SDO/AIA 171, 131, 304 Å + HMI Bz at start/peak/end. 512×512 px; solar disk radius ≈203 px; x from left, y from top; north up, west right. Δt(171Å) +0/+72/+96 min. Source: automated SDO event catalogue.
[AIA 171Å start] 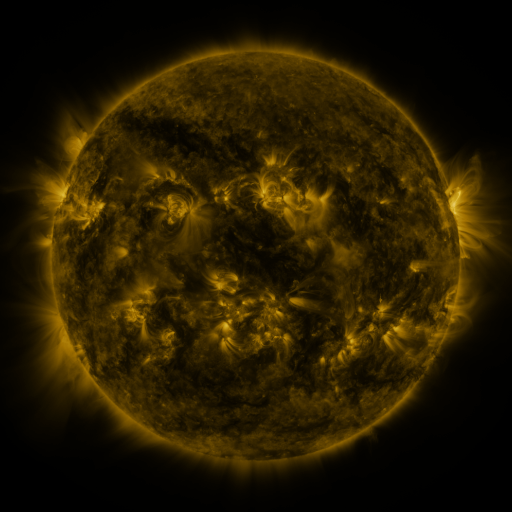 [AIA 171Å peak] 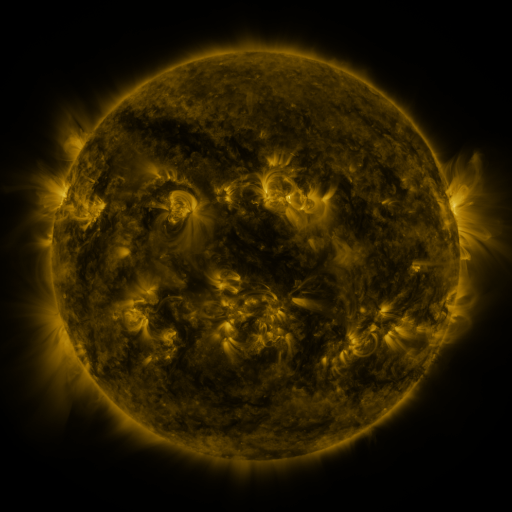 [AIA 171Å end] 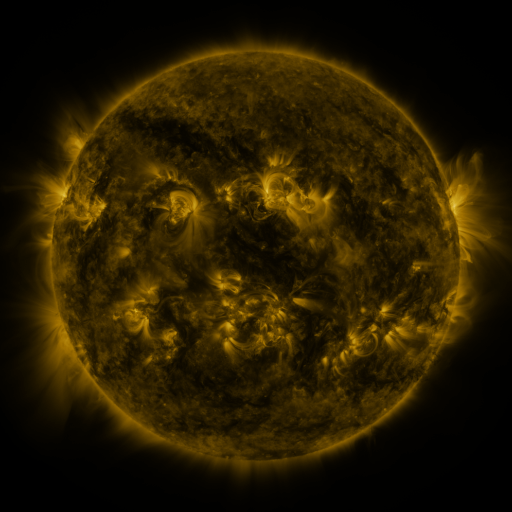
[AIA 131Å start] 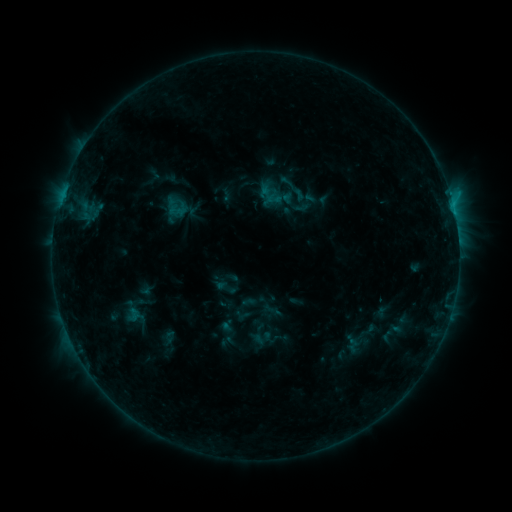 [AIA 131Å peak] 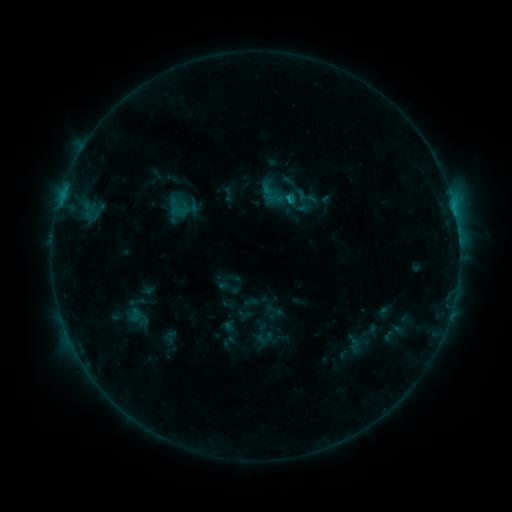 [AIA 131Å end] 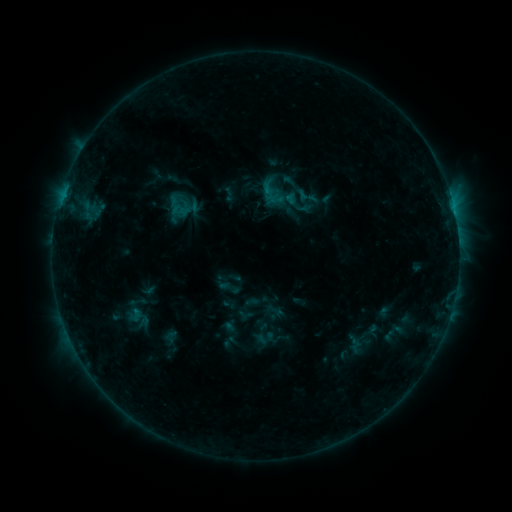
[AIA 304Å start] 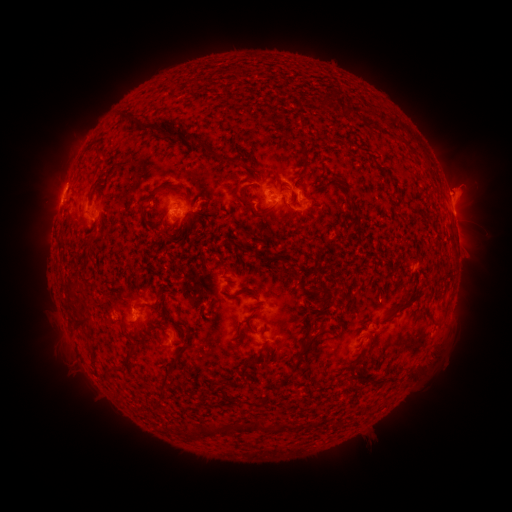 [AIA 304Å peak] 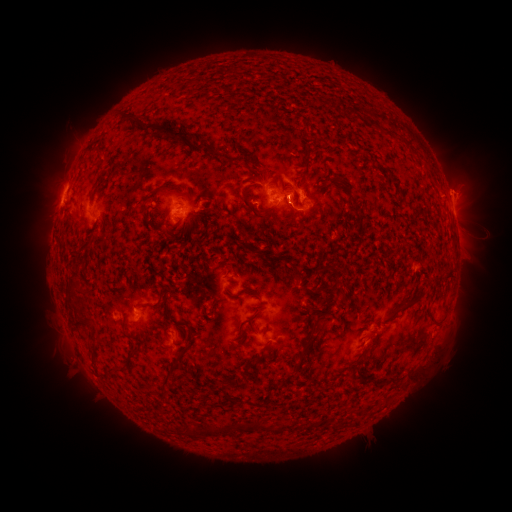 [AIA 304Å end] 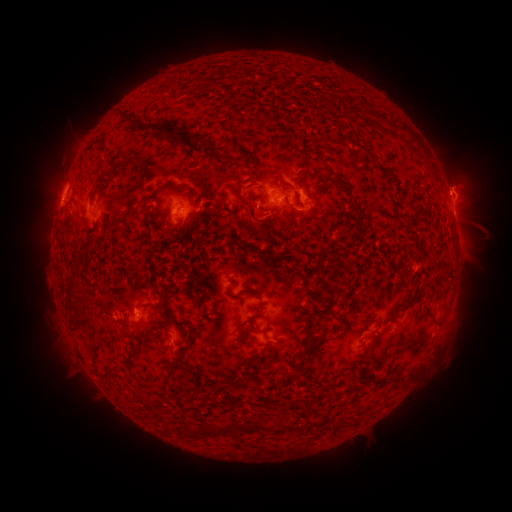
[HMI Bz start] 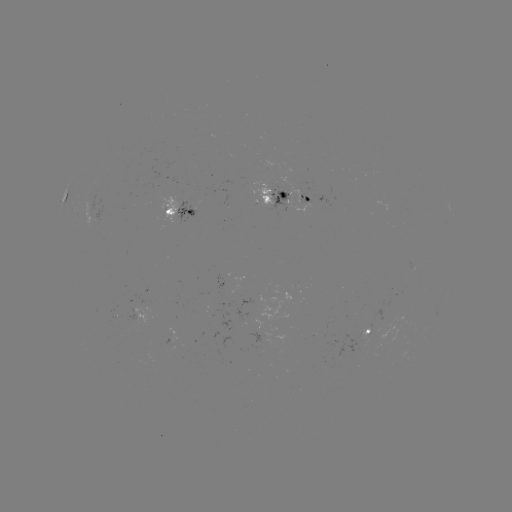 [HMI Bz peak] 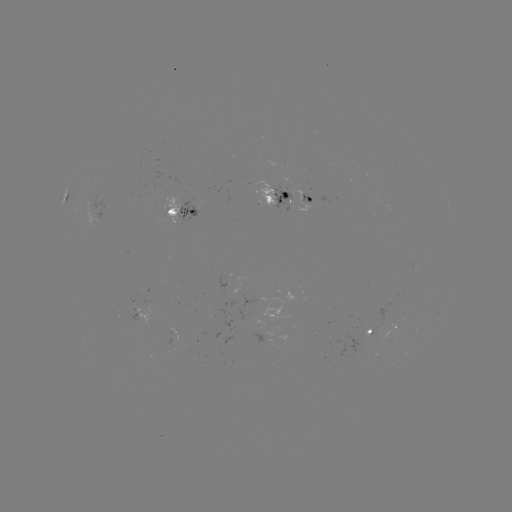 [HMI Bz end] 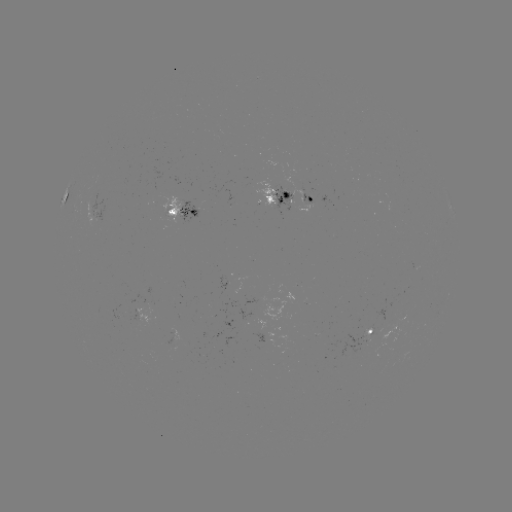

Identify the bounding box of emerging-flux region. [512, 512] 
[359, 326, 371, 339].